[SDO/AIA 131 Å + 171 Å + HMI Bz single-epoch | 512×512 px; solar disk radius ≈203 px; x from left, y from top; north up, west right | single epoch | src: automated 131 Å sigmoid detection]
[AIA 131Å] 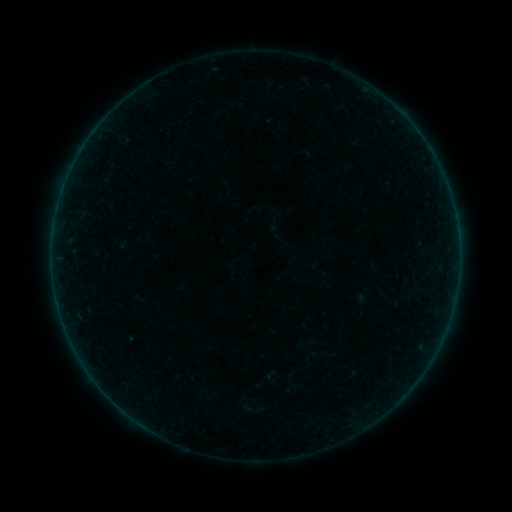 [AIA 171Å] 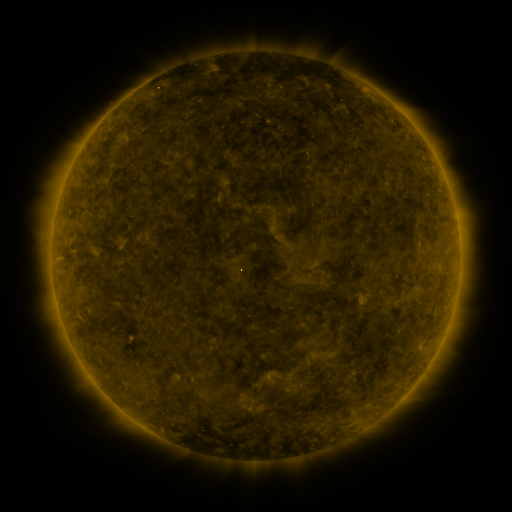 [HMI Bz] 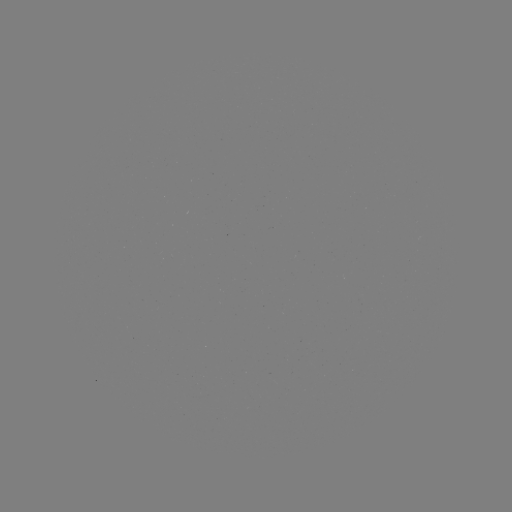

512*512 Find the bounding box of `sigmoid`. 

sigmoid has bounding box [238, 399, 262, 419].